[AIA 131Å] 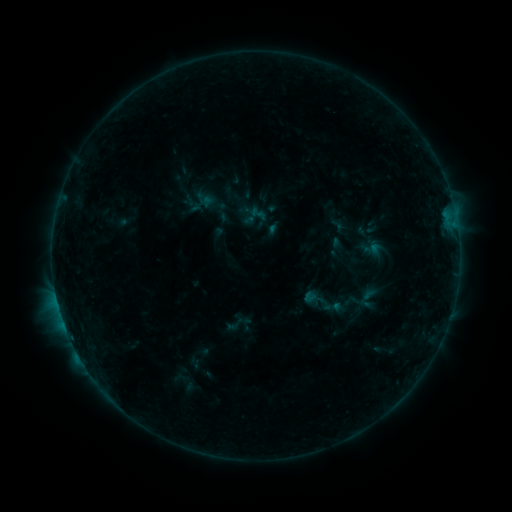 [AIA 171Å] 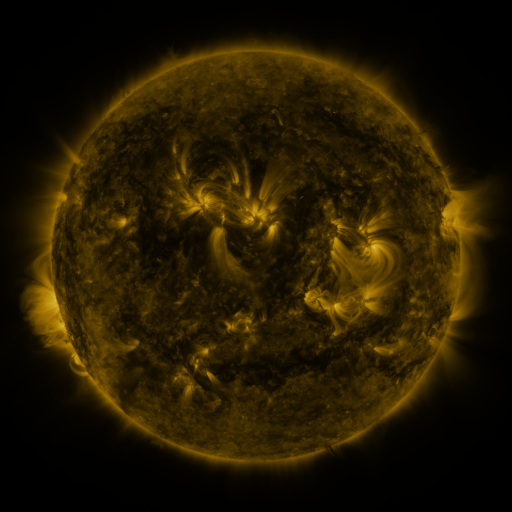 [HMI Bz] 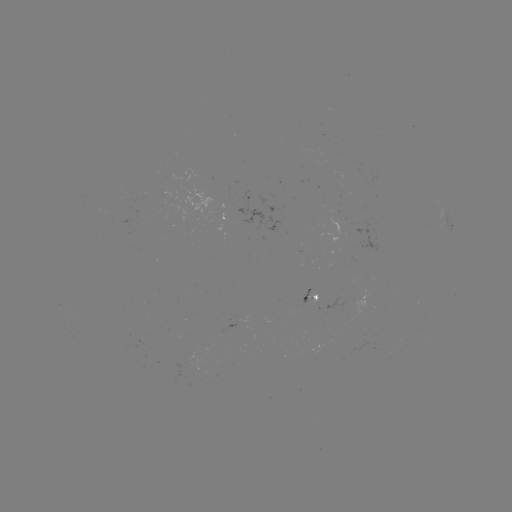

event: sigmoid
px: (234, 324)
